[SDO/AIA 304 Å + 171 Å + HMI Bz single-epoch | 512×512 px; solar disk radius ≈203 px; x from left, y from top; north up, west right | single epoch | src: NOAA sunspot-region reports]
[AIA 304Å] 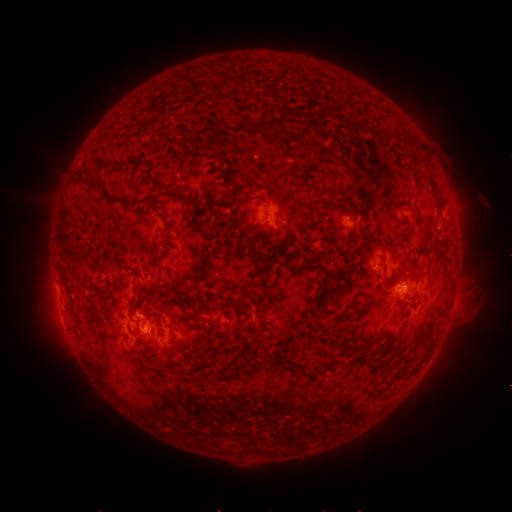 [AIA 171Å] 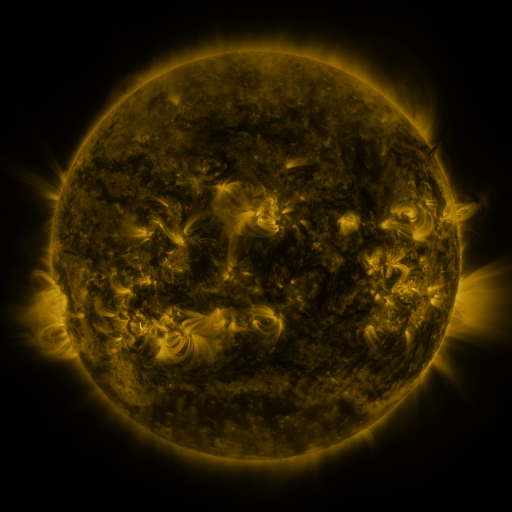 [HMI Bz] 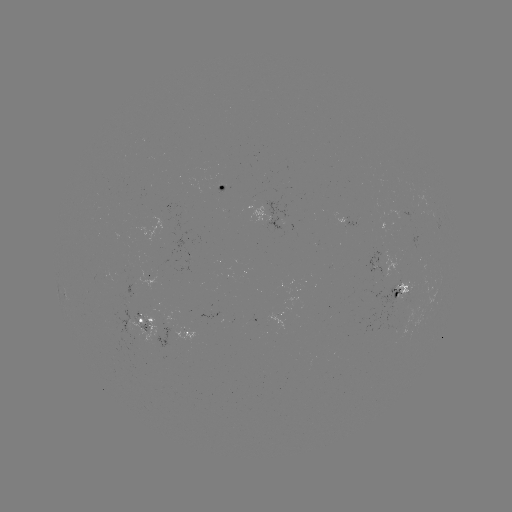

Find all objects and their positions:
spotted active region: (222, 188)
spotted active region: (277, 215)
spotted active region: (350, 220)
spotted active region: (389, 263)
spotted active region: (401, 292)
spotted active region: (146, 322)
spotted active region: (189, 331)
